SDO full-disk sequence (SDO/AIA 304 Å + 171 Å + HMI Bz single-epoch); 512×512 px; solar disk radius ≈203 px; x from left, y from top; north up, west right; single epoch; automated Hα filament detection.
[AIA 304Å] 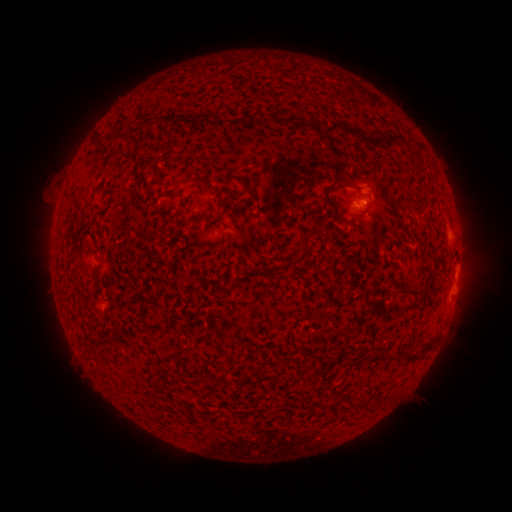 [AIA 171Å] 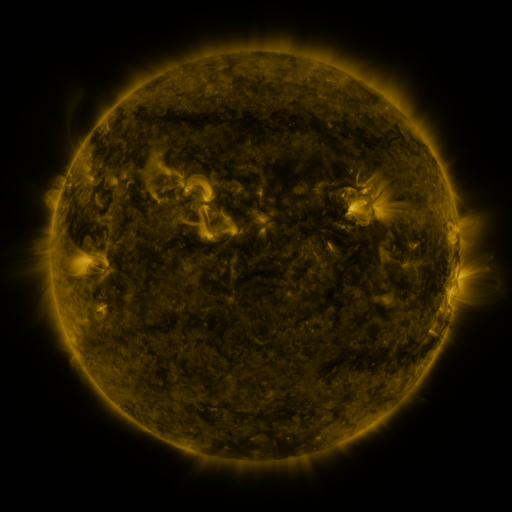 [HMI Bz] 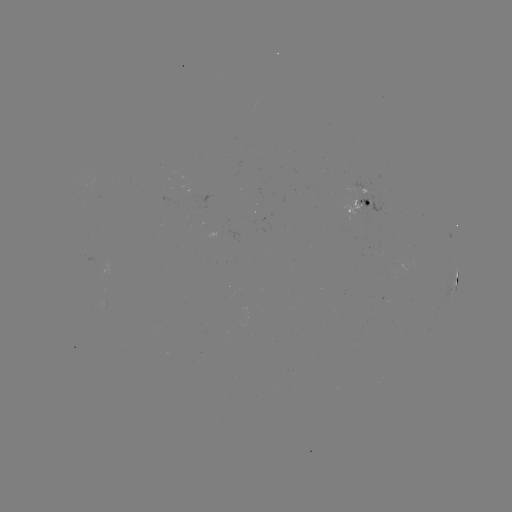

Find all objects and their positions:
filament: (141, 116)
filament: (198, 117)
filament: (279, 121)
filament: (262, 123)
filament: (123, 137)
filament: (366, 139)
filament: (218, 167)
filament: (328, 188)
filament: (340, 219)
filament: (322, 231)
filament: (300, 258)
filament: (412, 290)
filament: (317, 315)
filament: (180, 355)
filament: (411, 358)
filament: (209, 391)
filament: (332, 403)
